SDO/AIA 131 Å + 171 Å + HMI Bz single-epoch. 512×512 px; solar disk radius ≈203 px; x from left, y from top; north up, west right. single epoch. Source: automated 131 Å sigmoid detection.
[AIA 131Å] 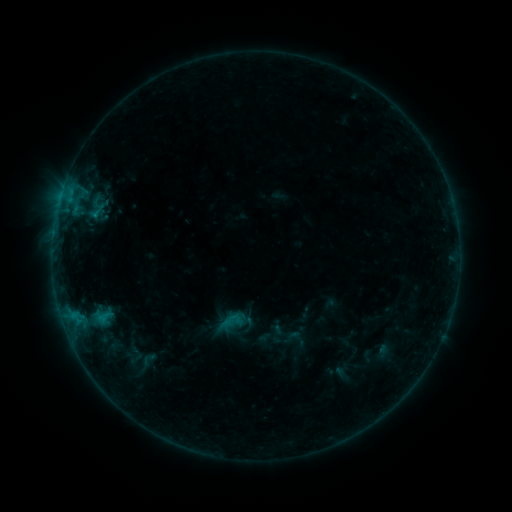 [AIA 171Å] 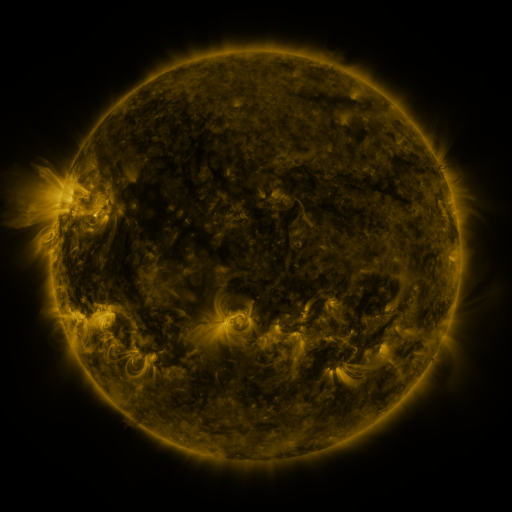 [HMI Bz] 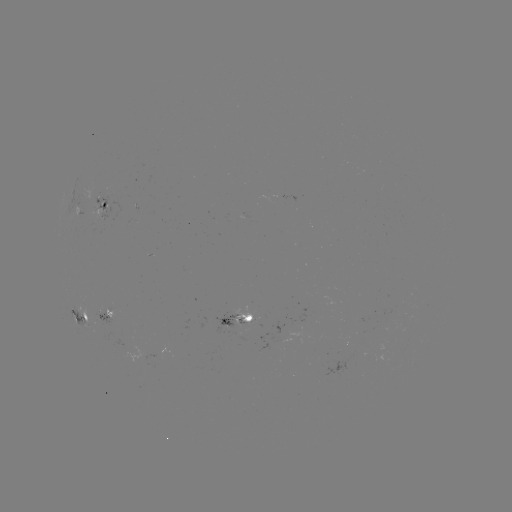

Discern sigmoid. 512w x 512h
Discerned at [148, 360].